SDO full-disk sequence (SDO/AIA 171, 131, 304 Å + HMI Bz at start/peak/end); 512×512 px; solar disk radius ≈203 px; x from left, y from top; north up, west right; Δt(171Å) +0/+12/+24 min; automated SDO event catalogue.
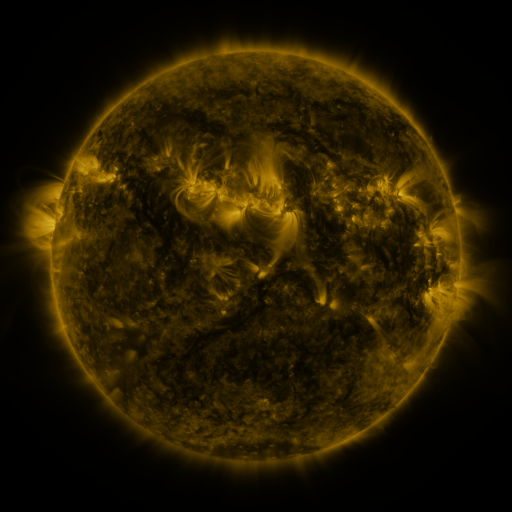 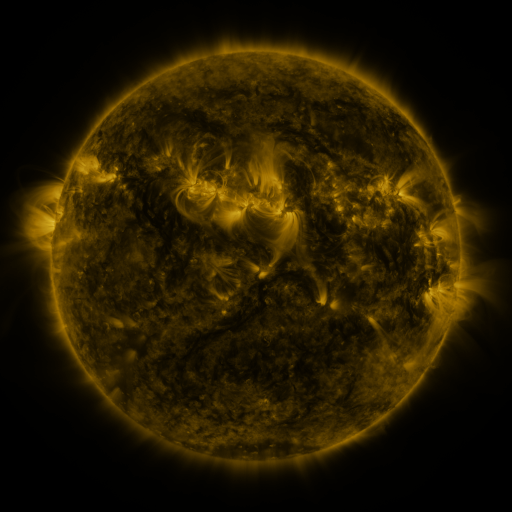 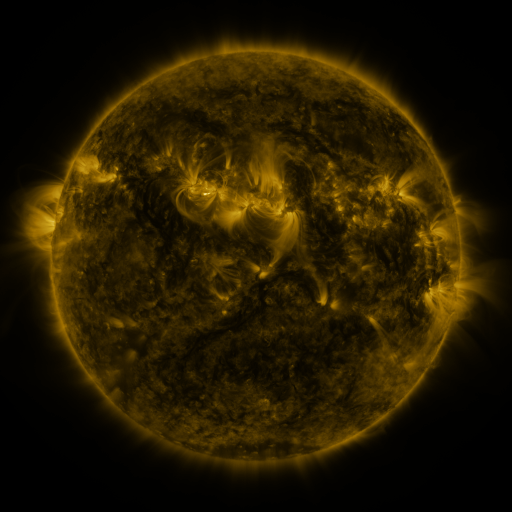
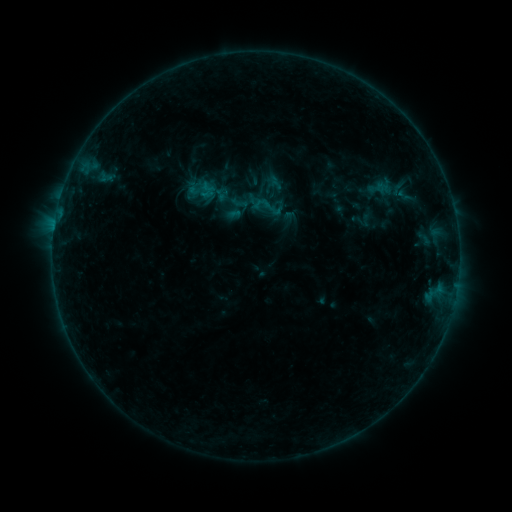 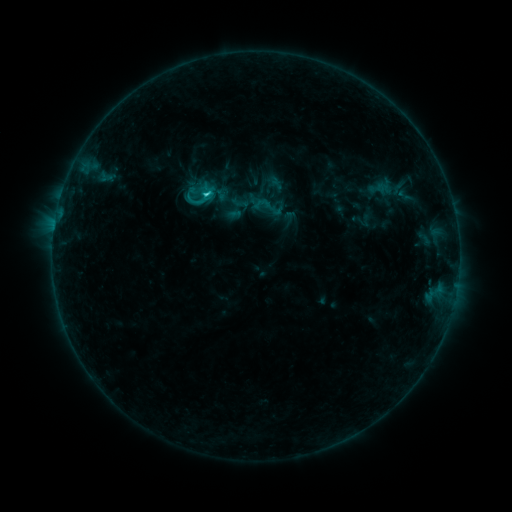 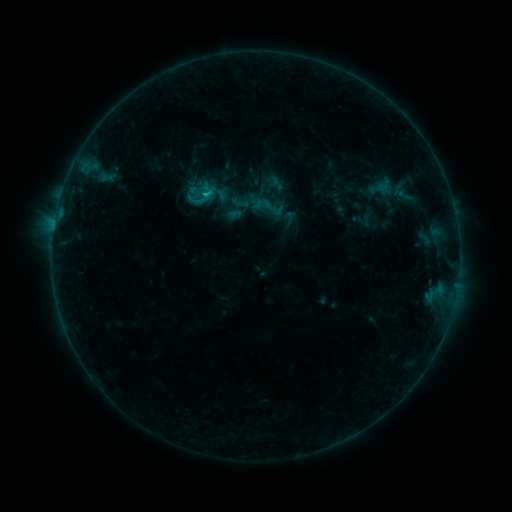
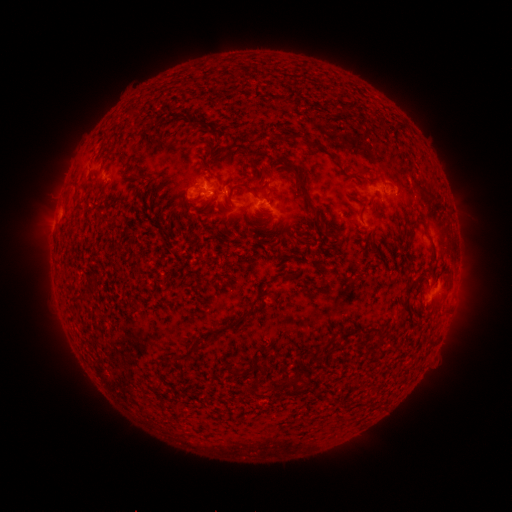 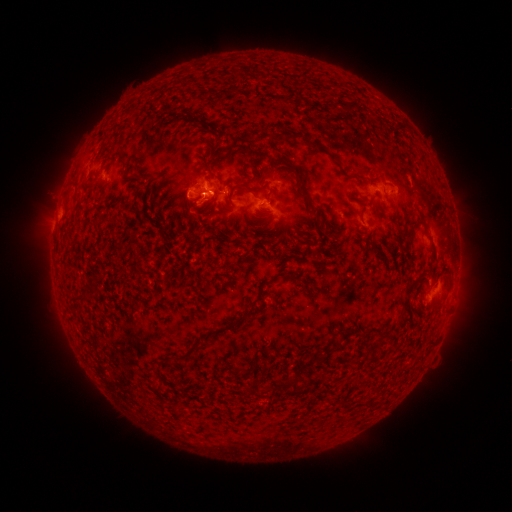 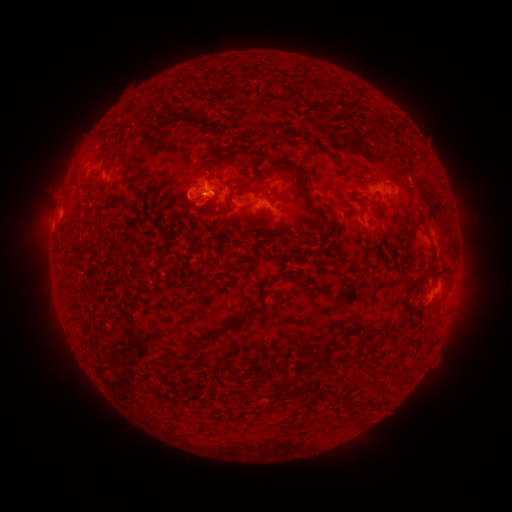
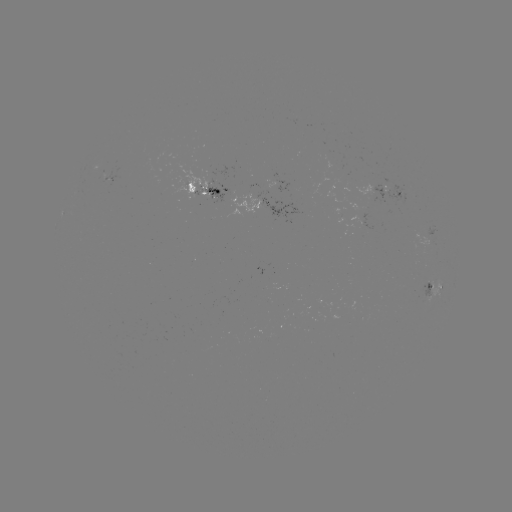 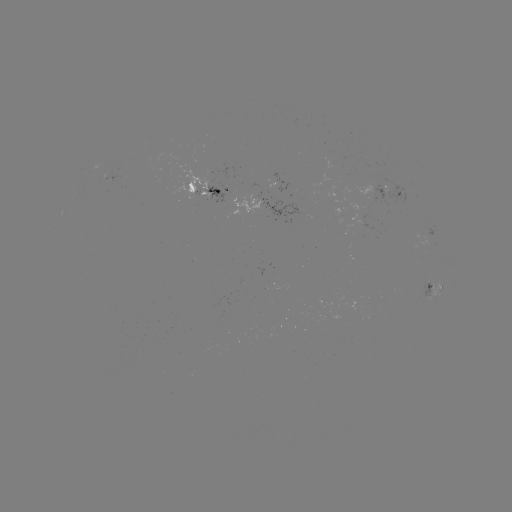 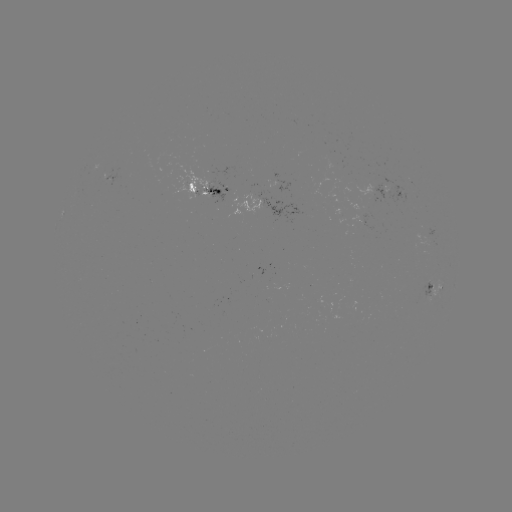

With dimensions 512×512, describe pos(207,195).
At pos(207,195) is C1.3 flare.